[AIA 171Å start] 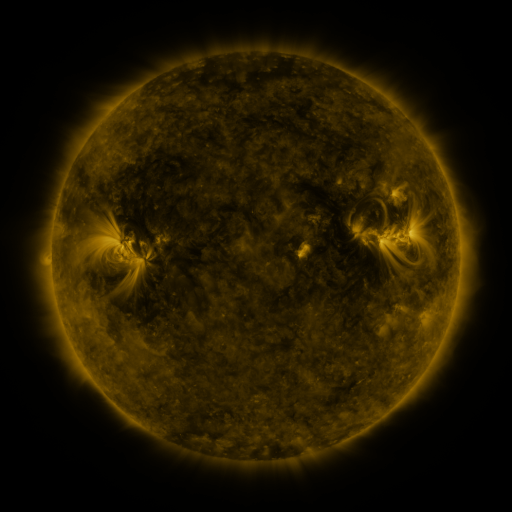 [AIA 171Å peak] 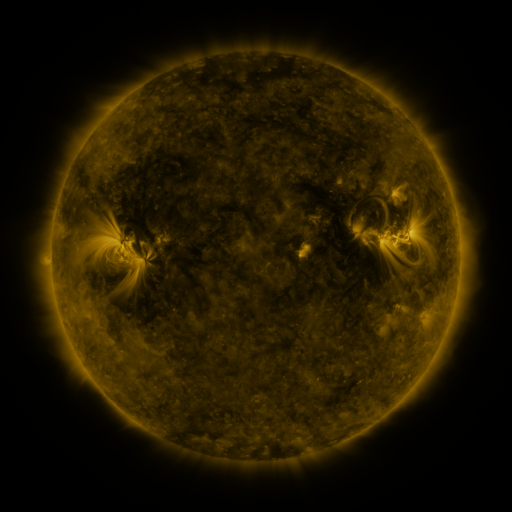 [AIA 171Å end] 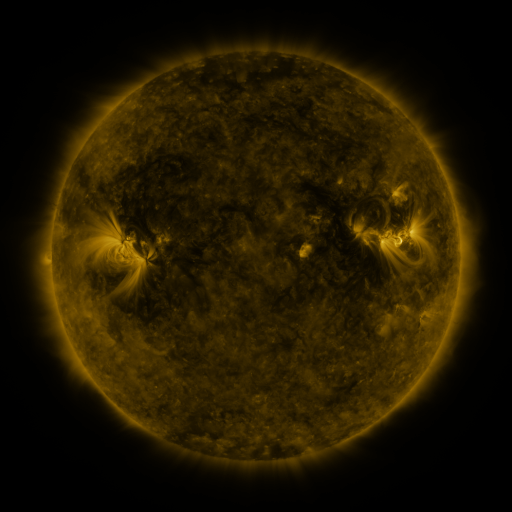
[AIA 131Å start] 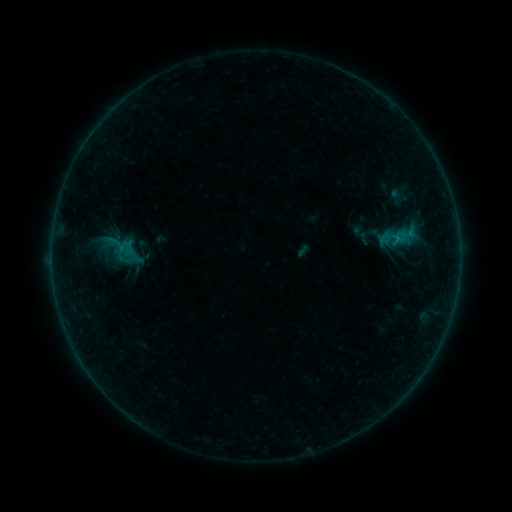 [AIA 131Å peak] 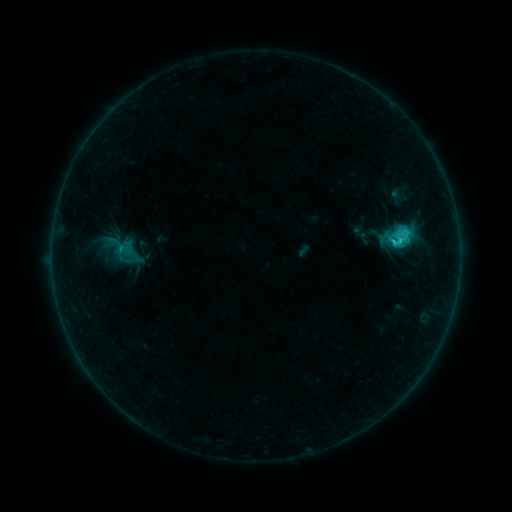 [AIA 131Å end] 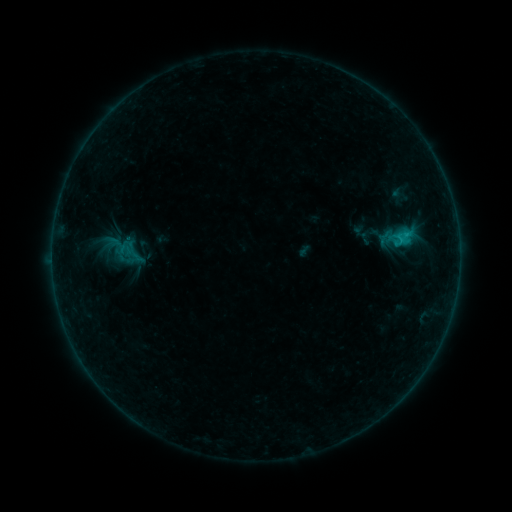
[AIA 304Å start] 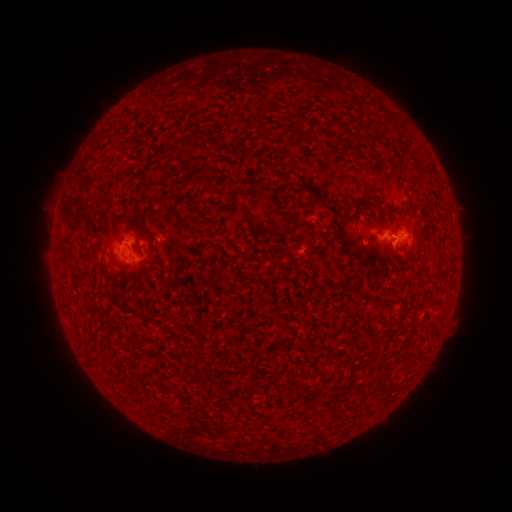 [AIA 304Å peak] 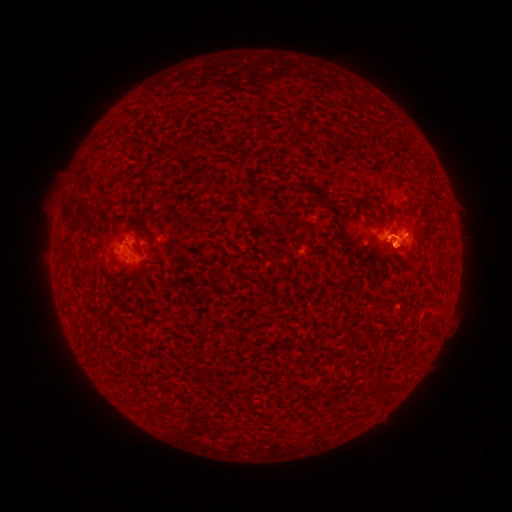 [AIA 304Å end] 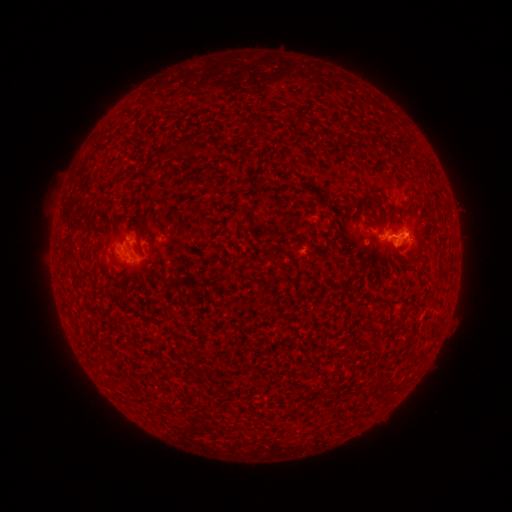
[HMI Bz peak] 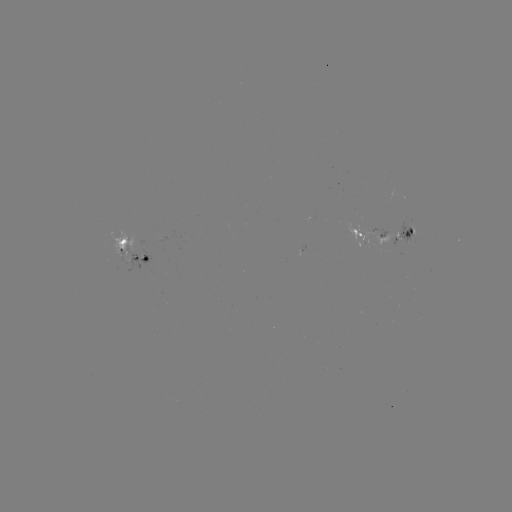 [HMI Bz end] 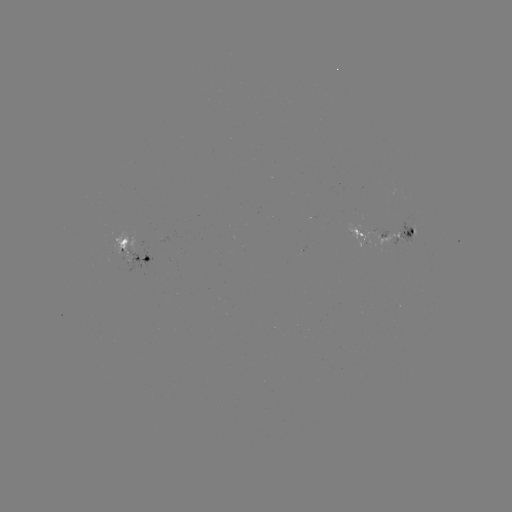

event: flare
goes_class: C1.9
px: (398, 241)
